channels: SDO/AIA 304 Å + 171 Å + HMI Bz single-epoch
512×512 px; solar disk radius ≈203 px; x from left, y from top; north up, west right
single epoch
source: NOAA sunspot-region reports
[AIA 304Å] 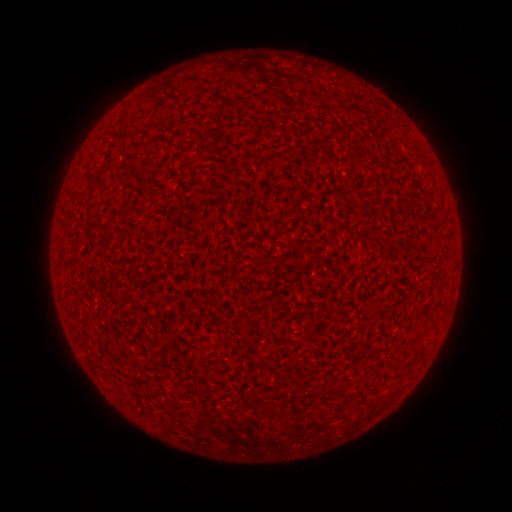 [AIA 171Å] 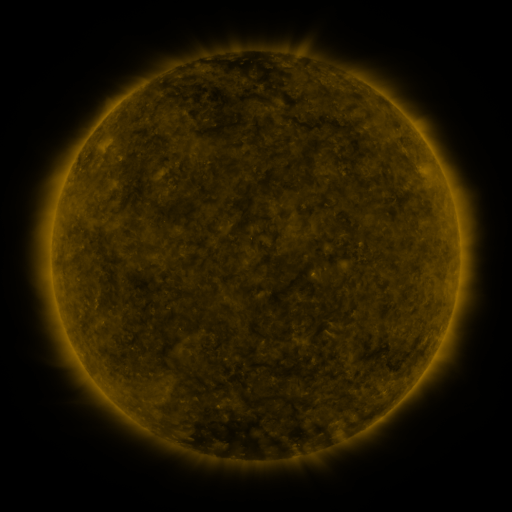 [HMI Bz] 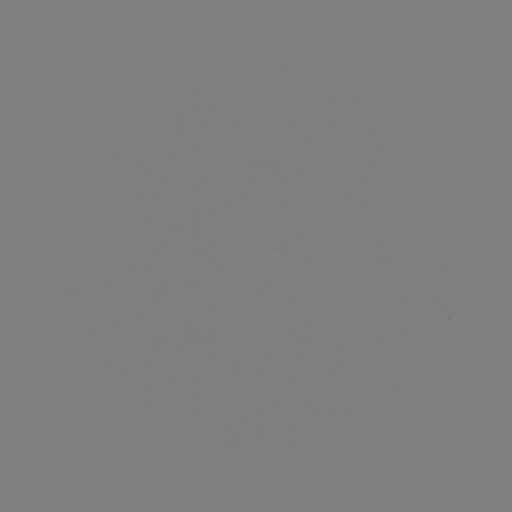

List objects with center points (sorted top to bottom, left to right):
(none)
